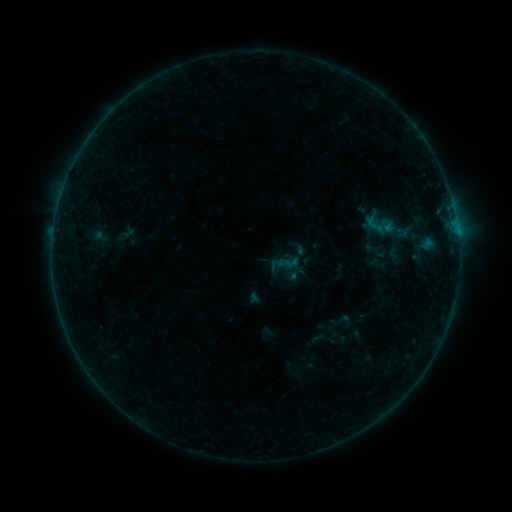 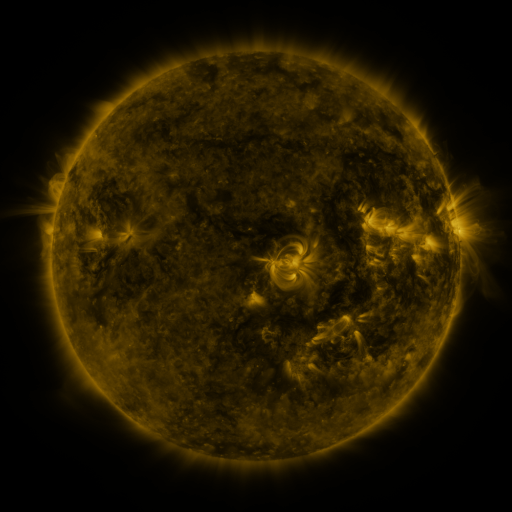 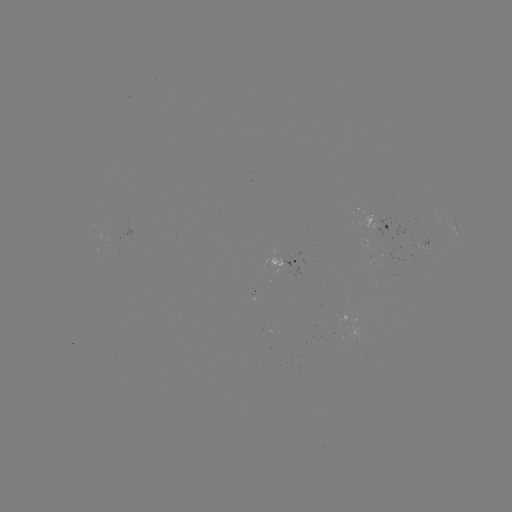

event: sigmoid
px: (380, 225)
